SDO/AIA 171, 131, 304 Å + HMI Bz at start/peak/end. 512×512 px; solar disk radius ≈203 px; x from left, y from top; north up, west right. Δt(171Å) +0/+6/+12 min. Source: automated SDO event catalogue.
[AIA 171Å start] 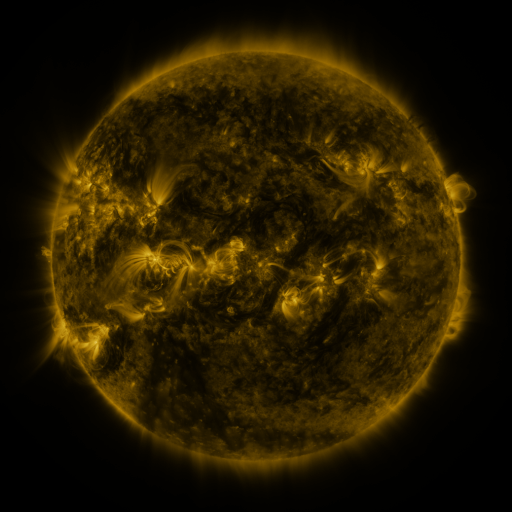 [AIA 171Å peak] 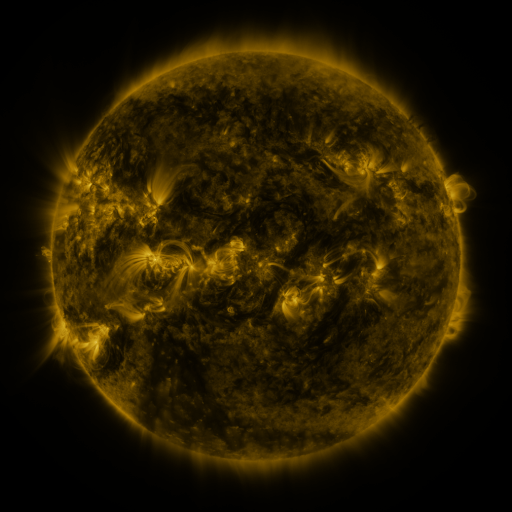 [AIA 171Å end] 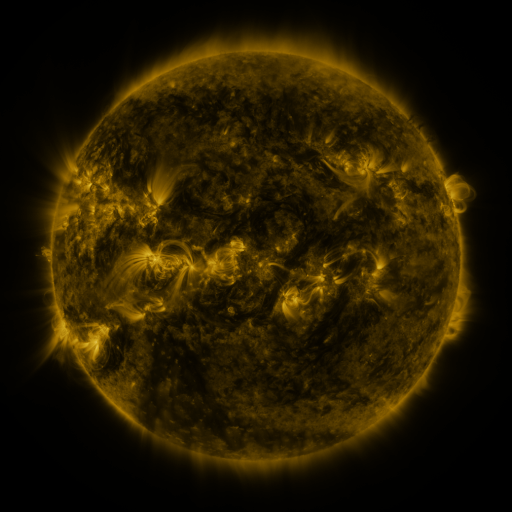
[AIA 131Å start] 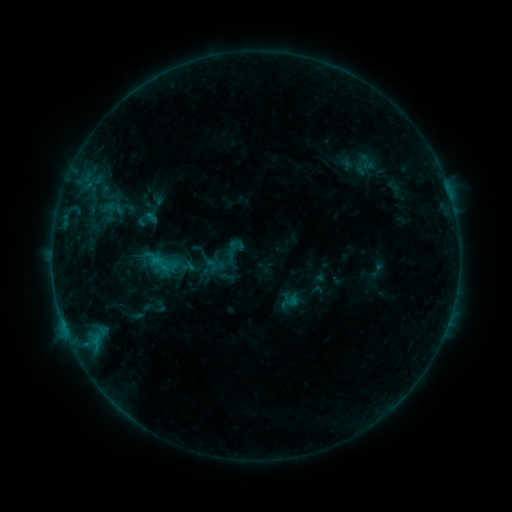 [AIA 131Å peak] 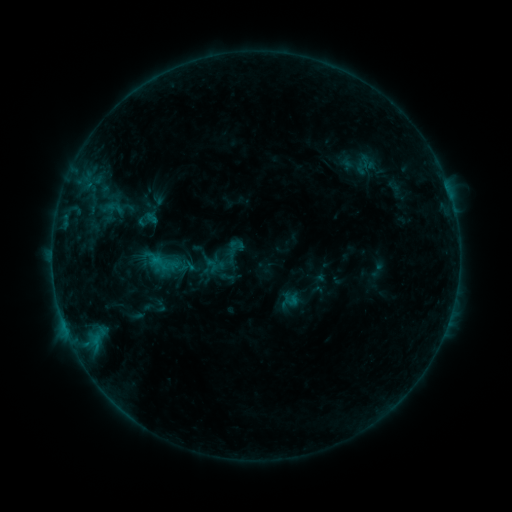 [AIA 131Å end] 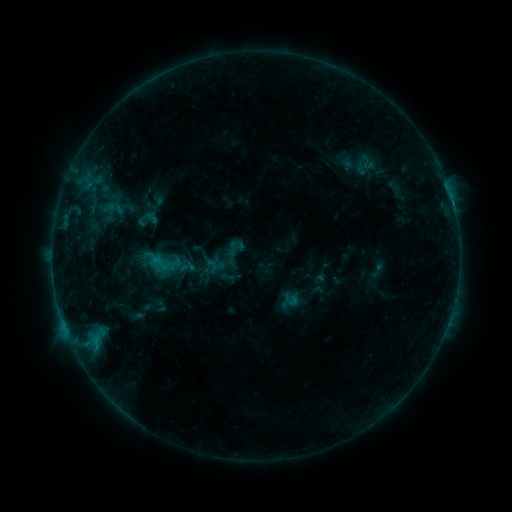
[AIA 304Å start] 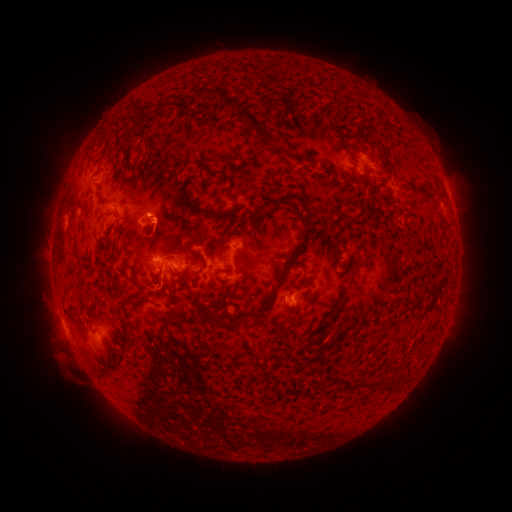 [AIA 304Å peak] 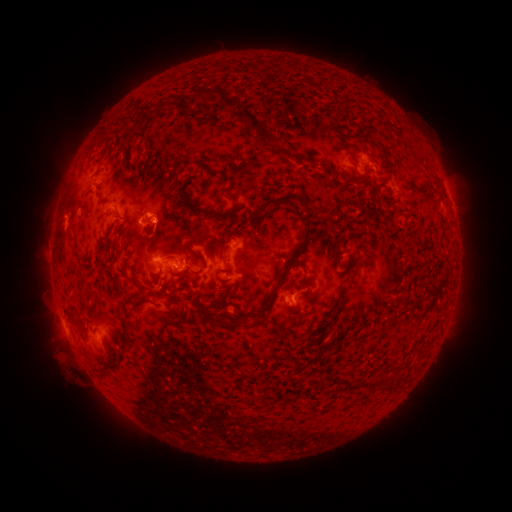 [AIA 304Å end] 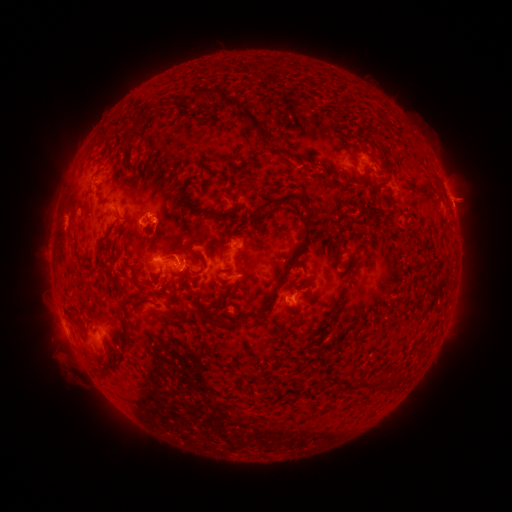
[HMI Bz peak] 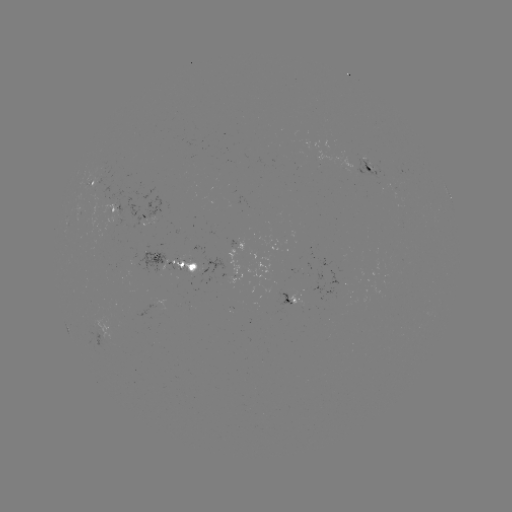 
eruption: (432, 175, 485, 225)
